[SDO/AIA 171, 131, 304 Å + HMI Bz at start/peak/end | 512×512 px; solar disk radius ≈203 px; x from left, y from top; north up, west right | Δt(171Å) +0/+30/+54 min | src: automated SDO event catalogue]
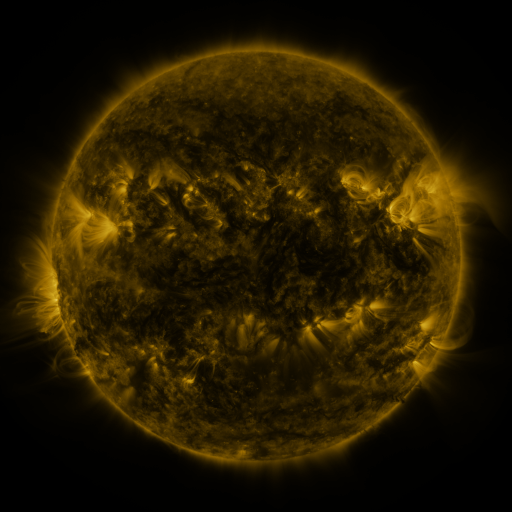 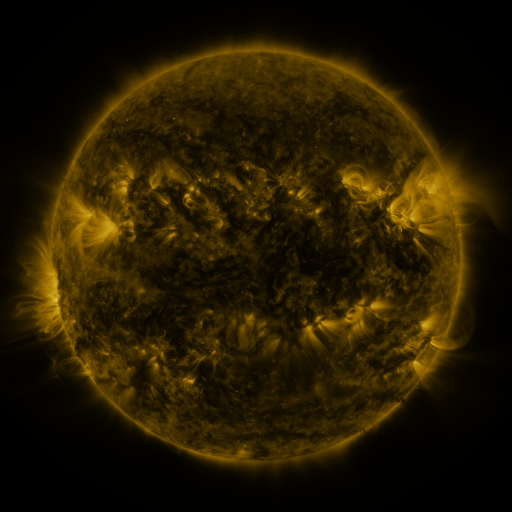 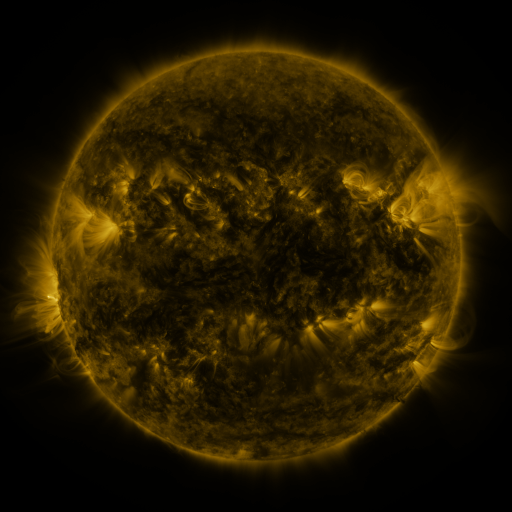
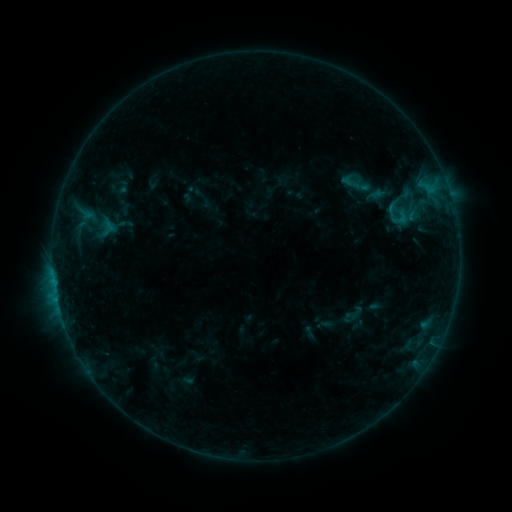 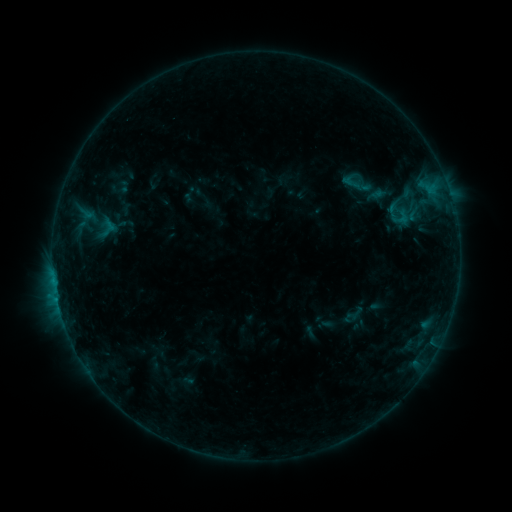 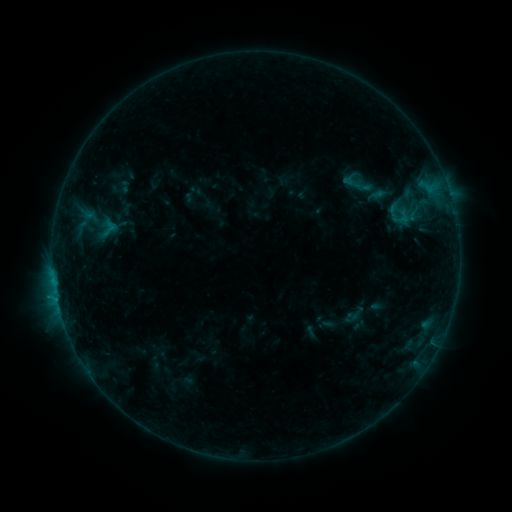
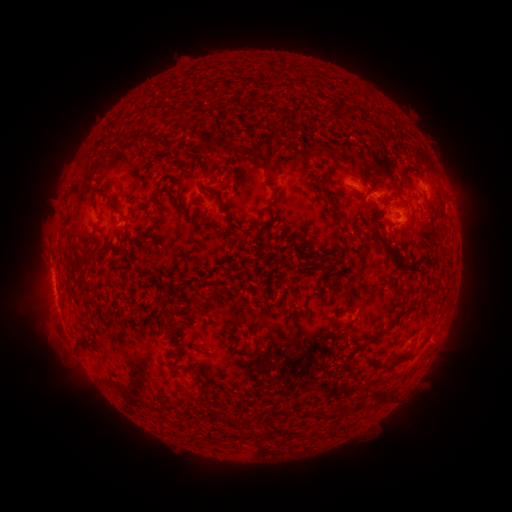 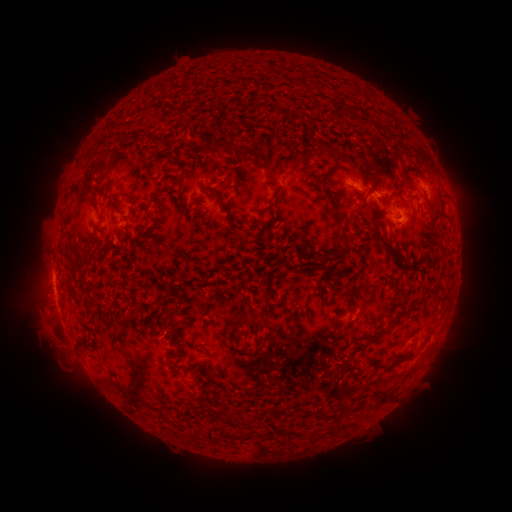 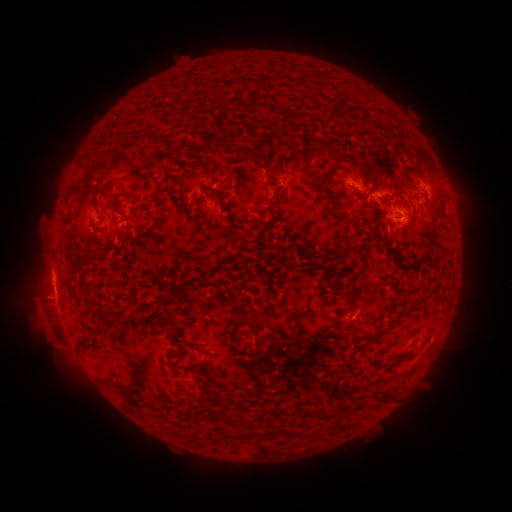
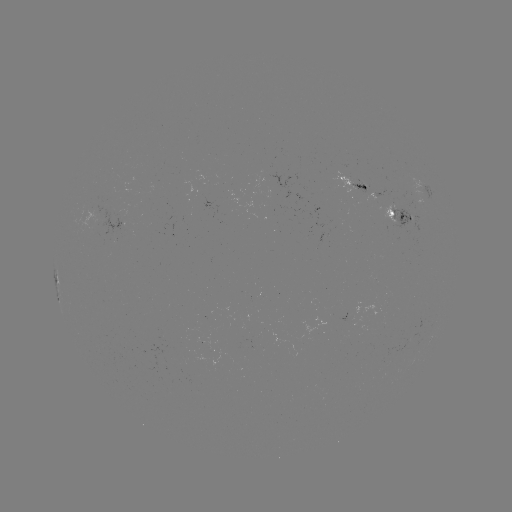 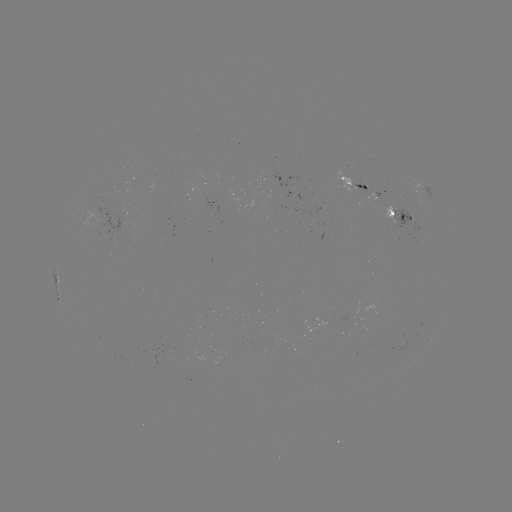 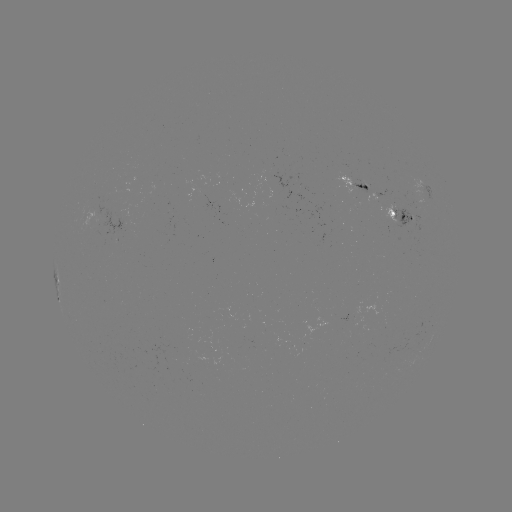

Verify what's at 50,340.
eruption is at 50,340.